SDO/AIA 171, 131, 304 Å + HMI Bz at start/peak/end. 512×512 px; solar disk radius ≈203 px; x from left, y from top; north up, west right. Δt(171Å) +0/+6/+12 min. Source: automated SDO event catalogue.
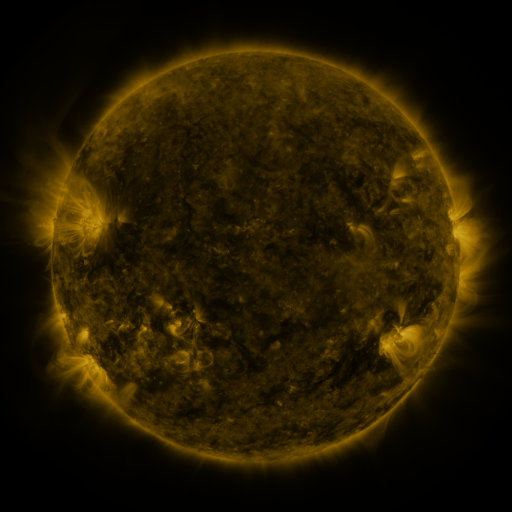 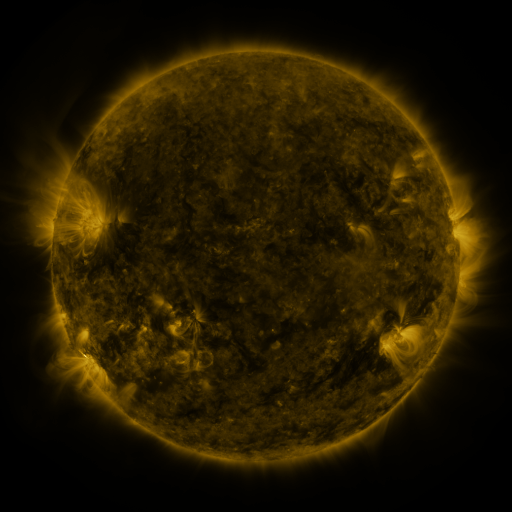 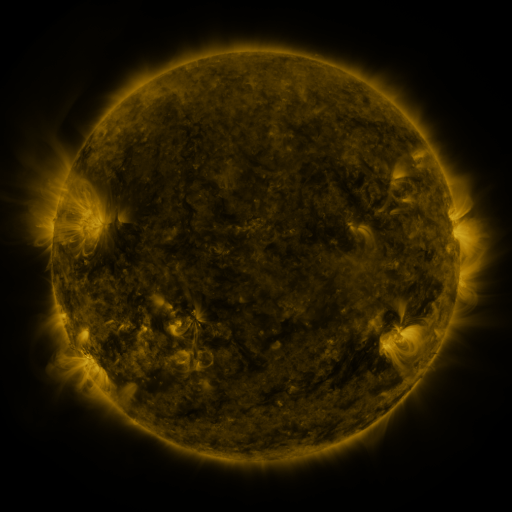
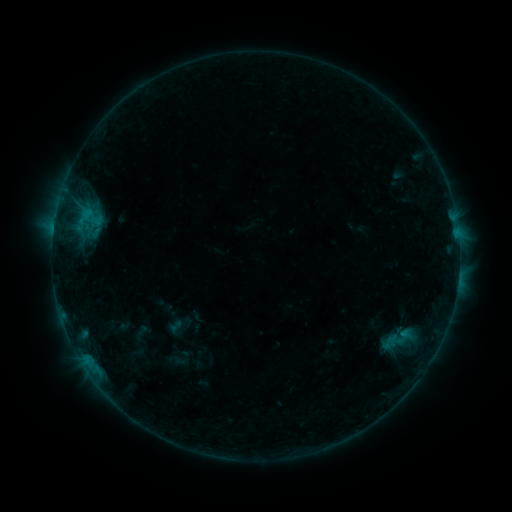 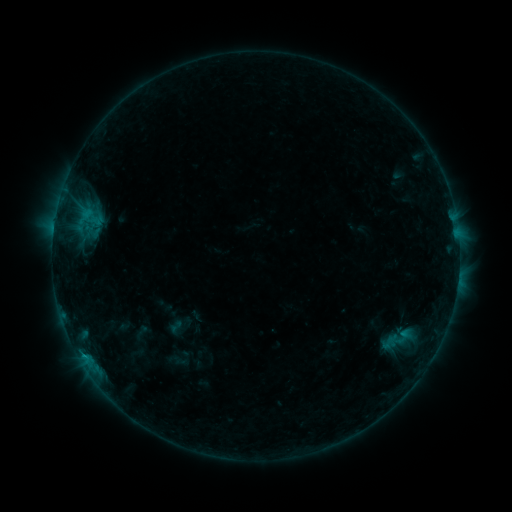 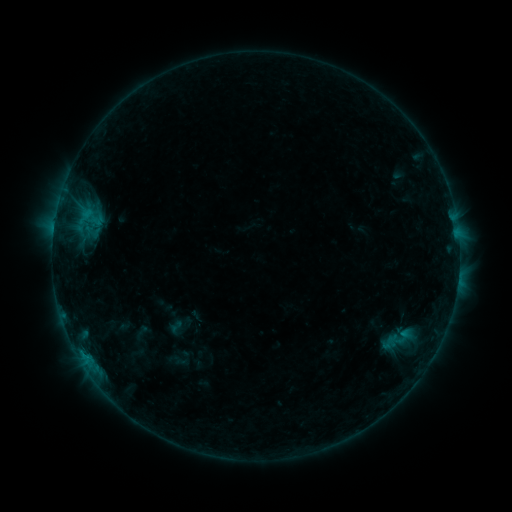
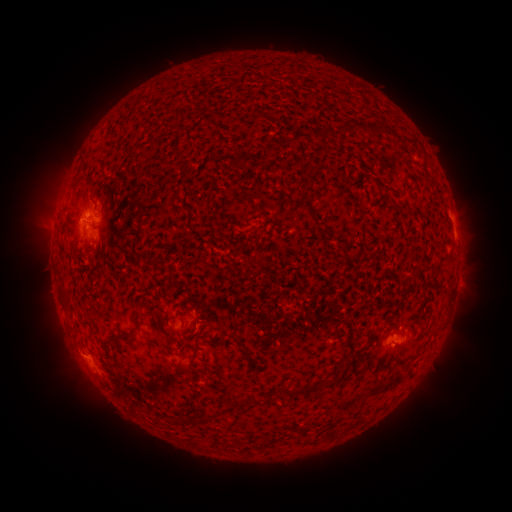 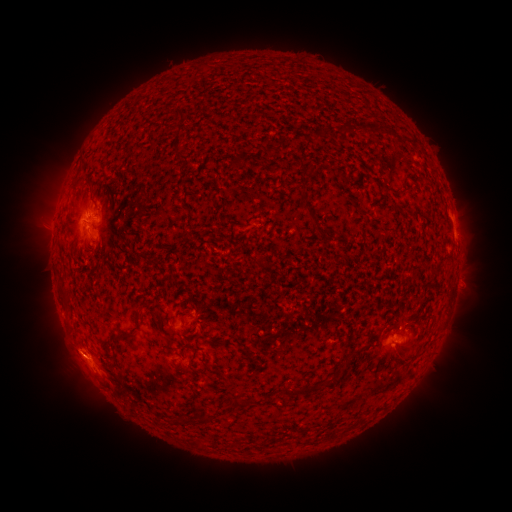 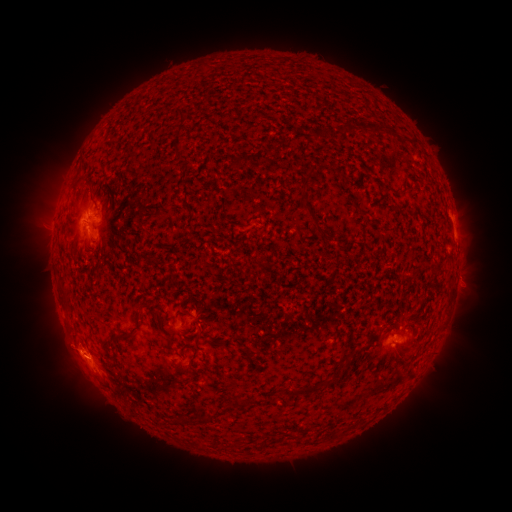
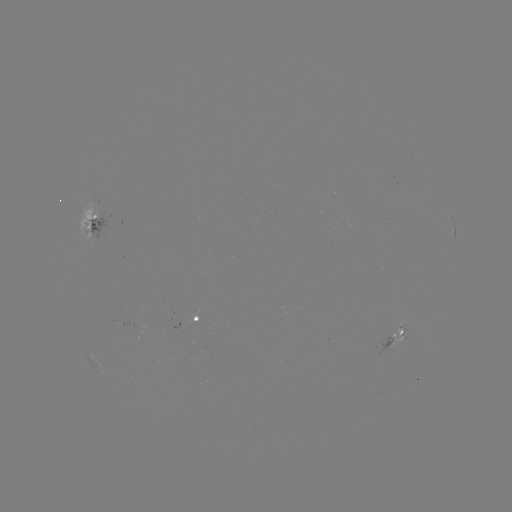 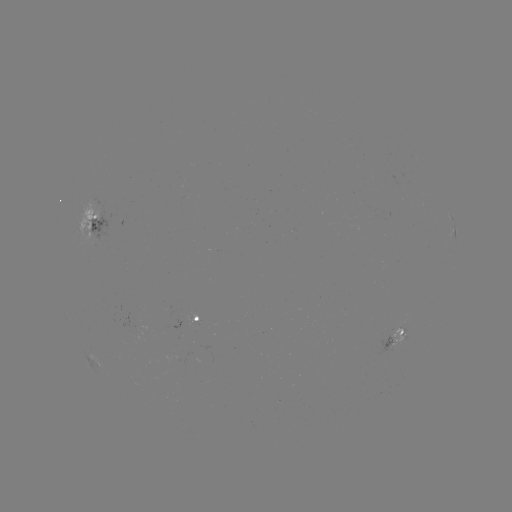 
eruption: <bbox>42, 327, 85, 366</bbox>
